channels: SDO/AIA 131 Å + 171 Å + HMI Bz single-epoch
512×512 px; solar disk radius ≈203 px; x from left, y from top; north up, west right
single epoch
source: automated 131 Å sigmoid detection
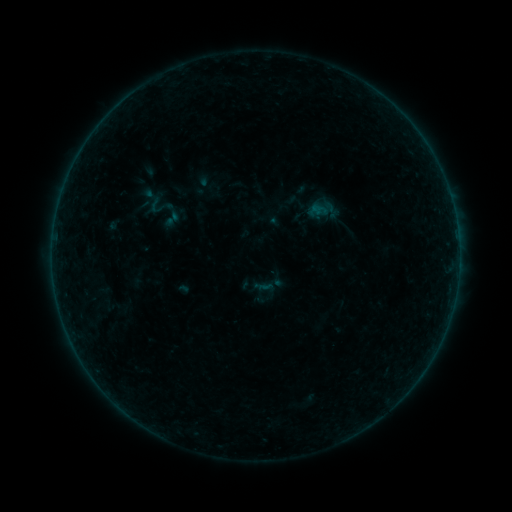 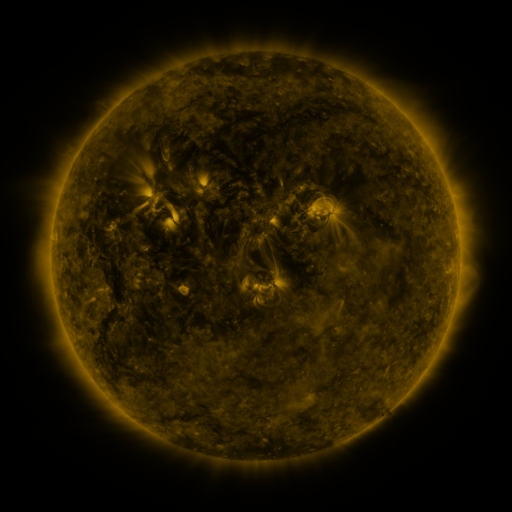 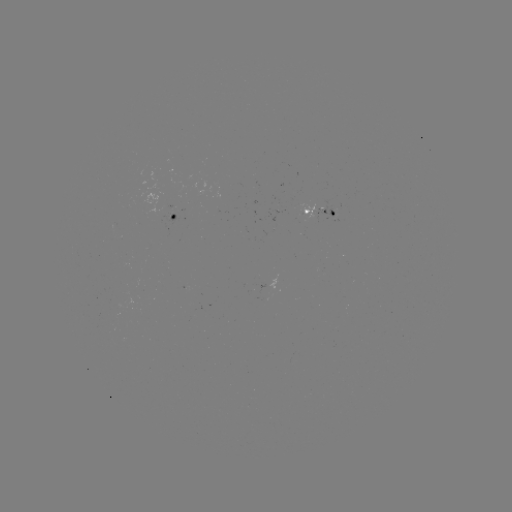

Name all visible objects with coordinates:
sigmoid: (156, 206)
sigmoid: (172, 219)
